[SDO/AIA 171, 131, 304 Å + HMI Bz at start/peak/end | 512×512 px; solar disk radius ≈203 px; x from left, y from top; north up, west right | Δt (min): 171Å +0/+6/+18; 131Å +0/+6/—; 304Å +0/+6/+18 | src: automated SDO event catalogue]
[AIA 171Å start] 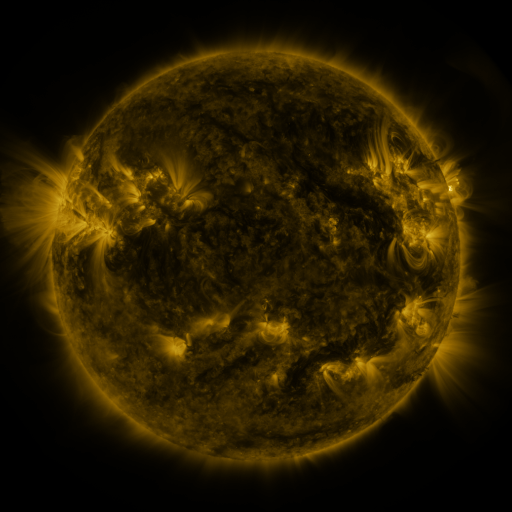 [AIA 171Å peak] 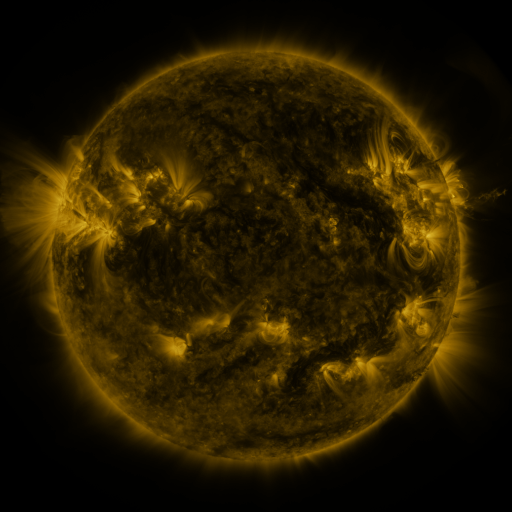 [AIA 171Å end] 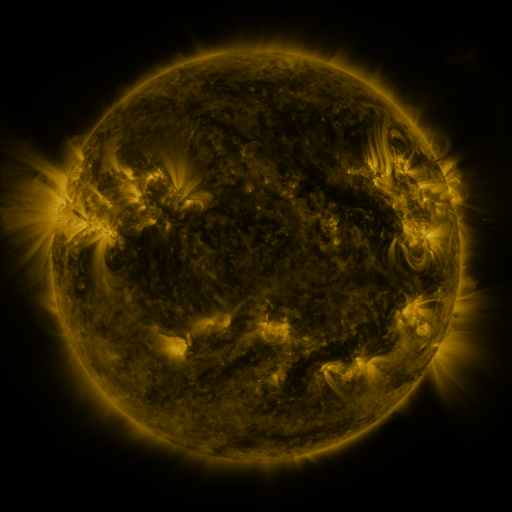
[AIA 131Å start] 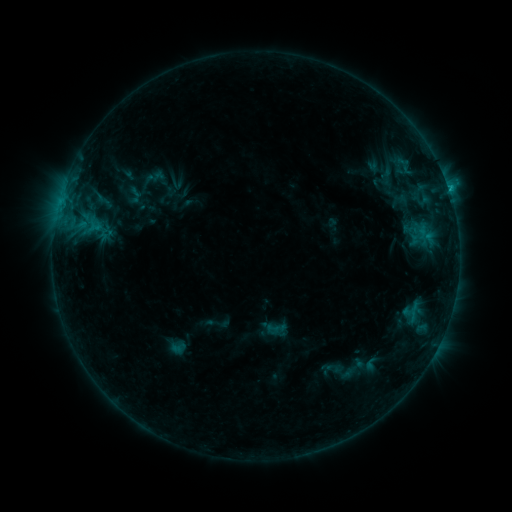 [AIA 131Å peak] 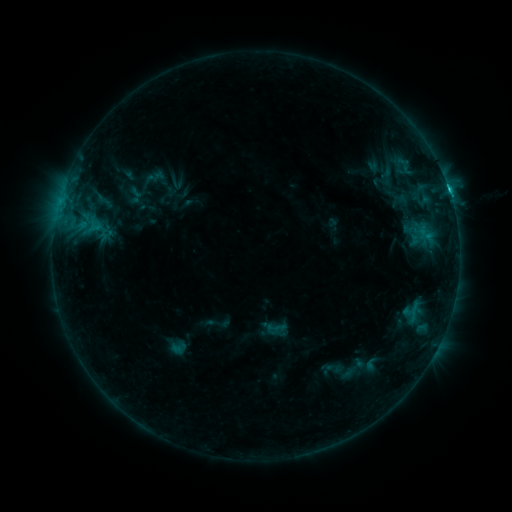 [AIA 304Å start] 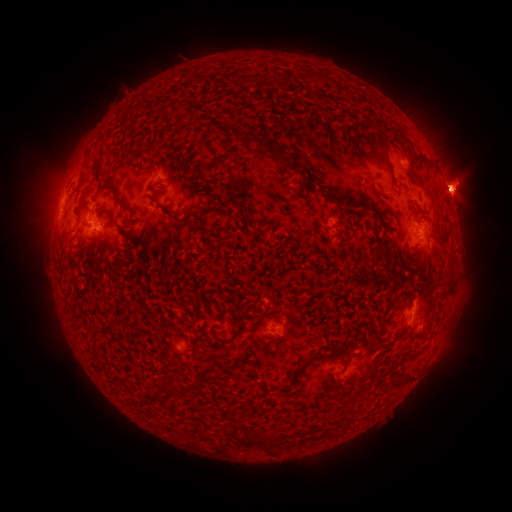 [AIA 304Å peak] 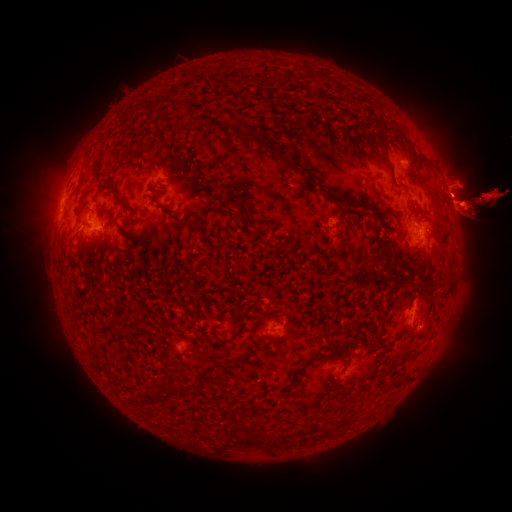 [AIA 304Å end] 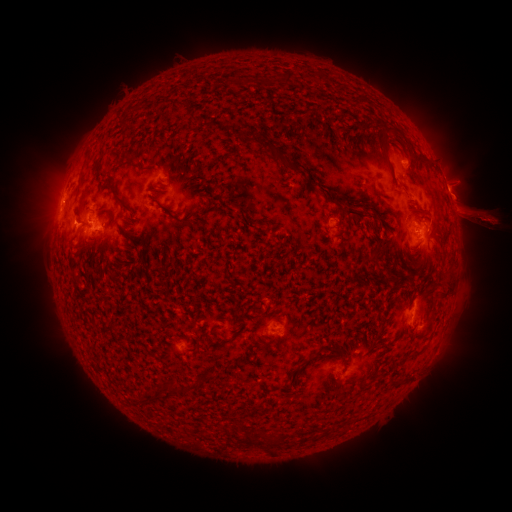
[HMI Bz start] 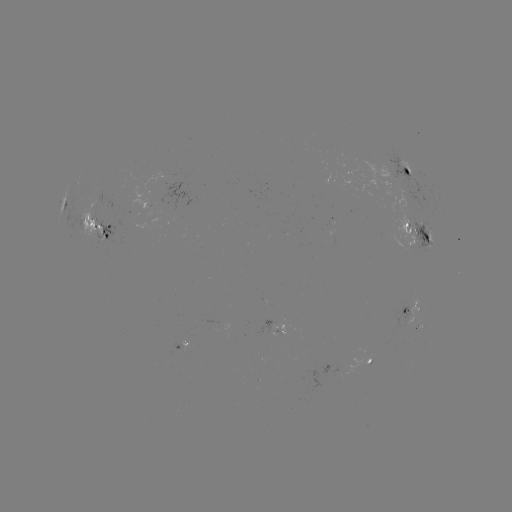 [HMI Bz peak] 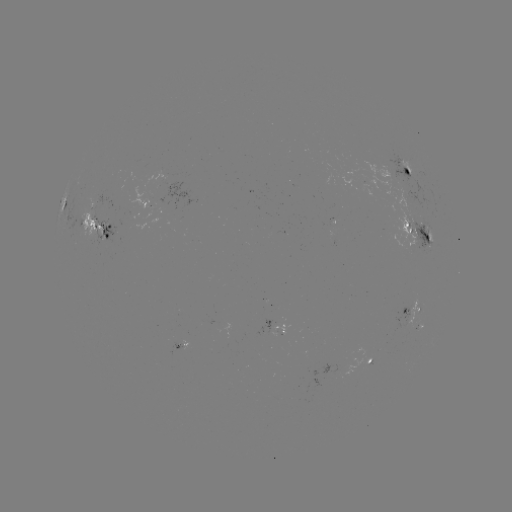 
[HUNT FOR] eruption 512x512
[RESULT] (20, 199)